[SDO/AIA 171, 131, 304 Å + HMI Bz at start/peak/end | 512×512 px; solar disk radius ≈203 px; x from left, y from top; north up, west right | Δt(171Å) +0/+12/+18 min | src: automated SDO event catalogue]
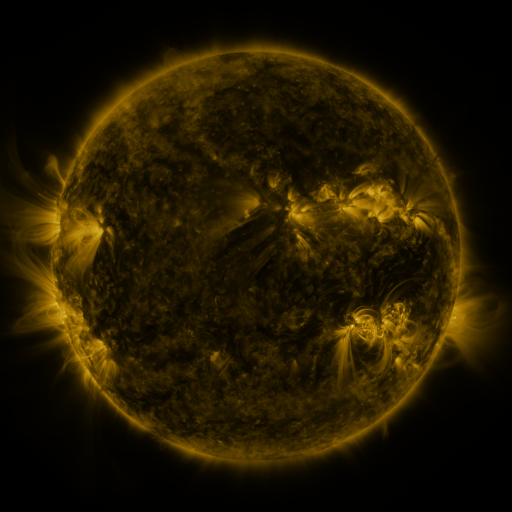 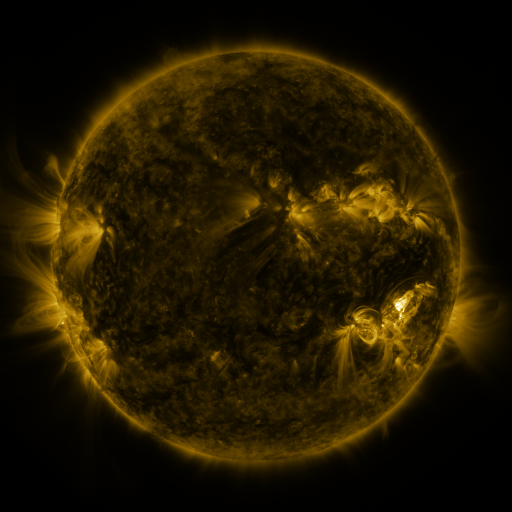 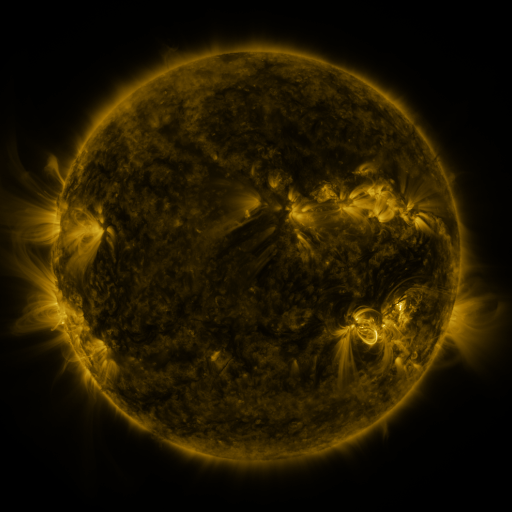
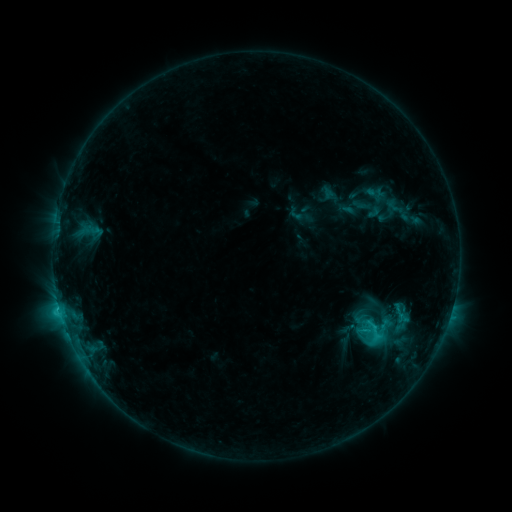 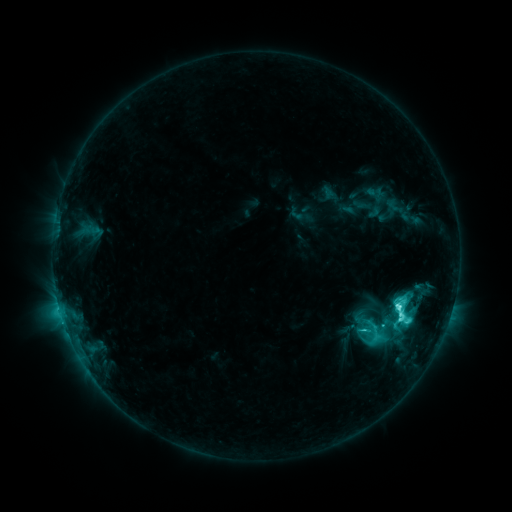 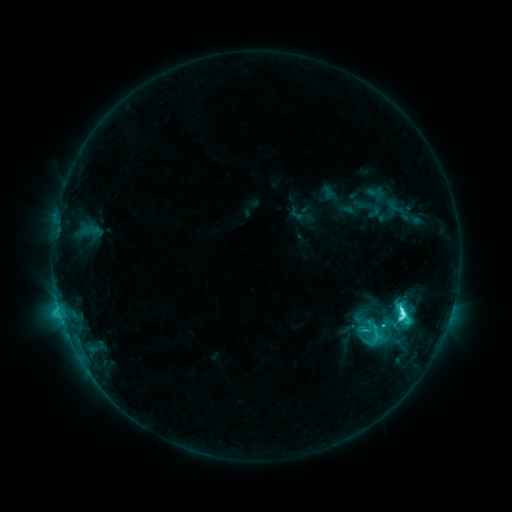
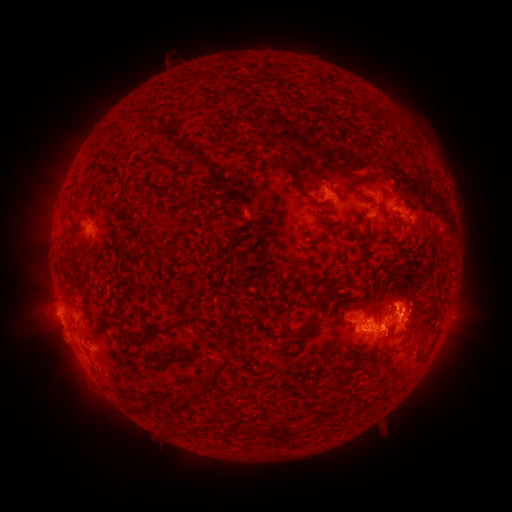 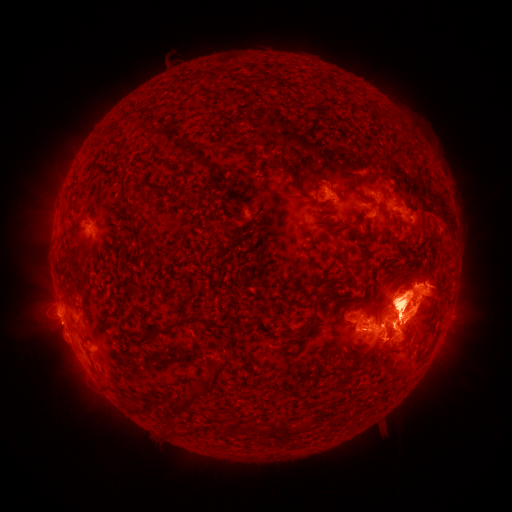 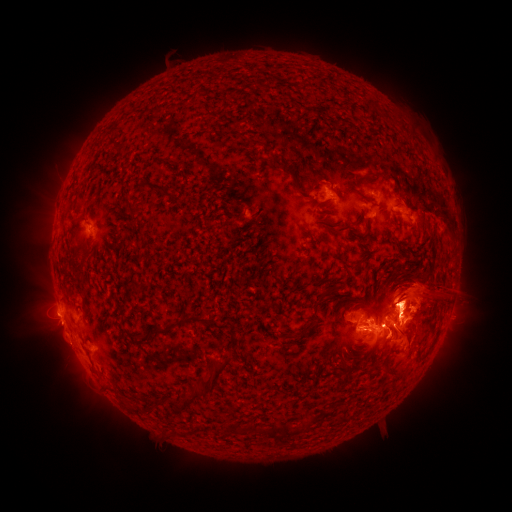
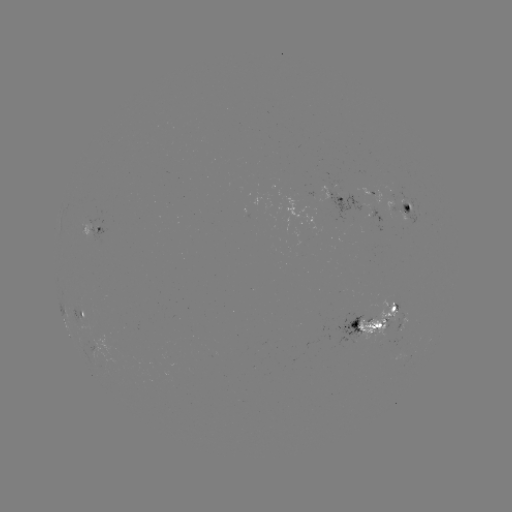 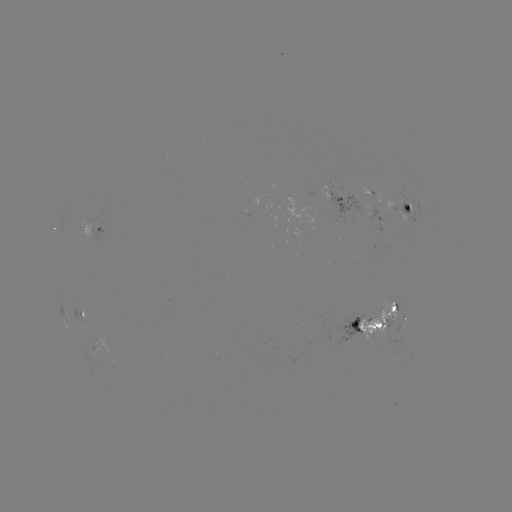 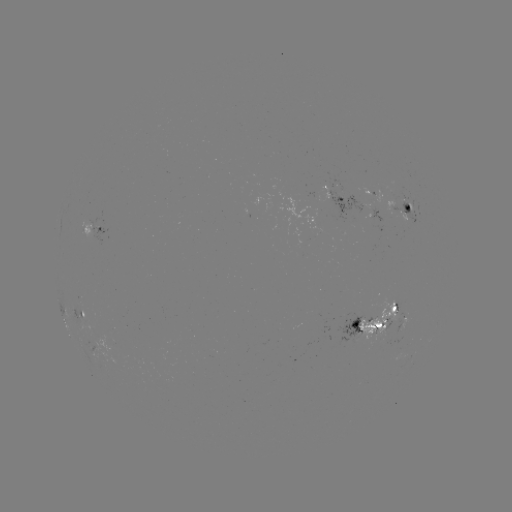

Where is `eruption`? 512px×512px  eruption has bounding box [0, 272, 125, 415].